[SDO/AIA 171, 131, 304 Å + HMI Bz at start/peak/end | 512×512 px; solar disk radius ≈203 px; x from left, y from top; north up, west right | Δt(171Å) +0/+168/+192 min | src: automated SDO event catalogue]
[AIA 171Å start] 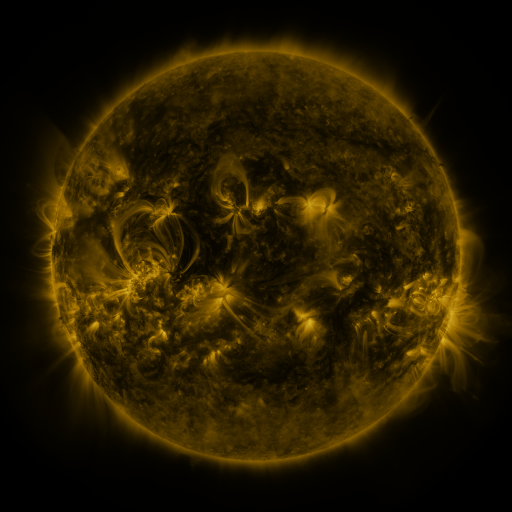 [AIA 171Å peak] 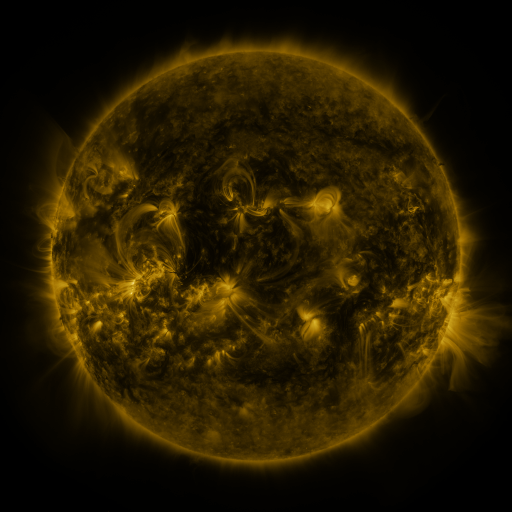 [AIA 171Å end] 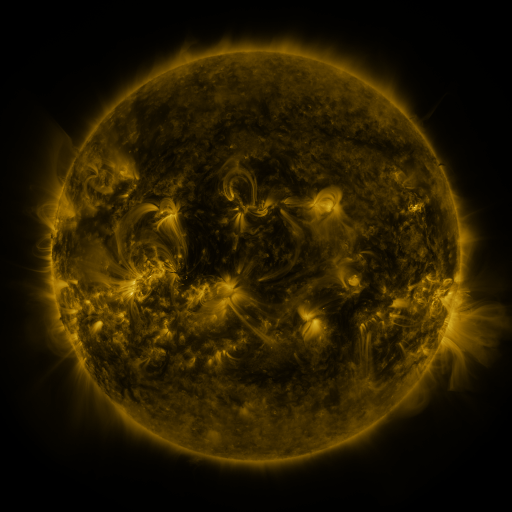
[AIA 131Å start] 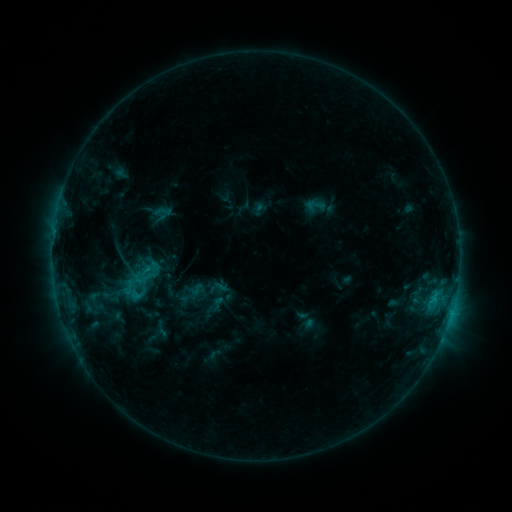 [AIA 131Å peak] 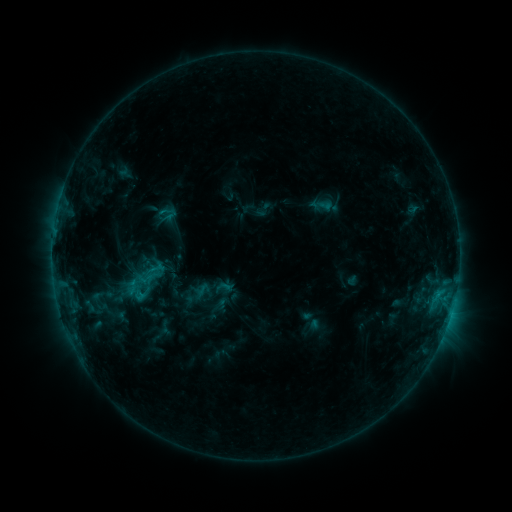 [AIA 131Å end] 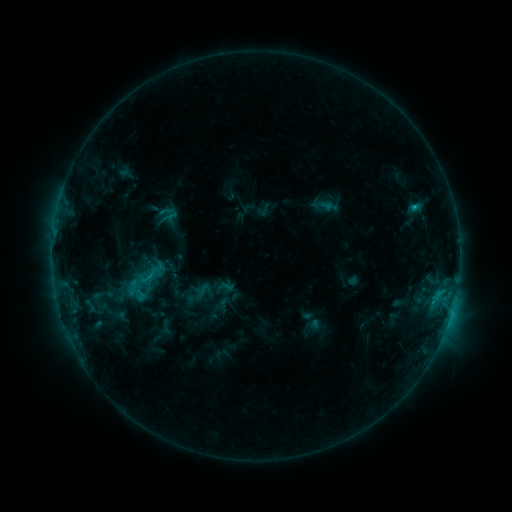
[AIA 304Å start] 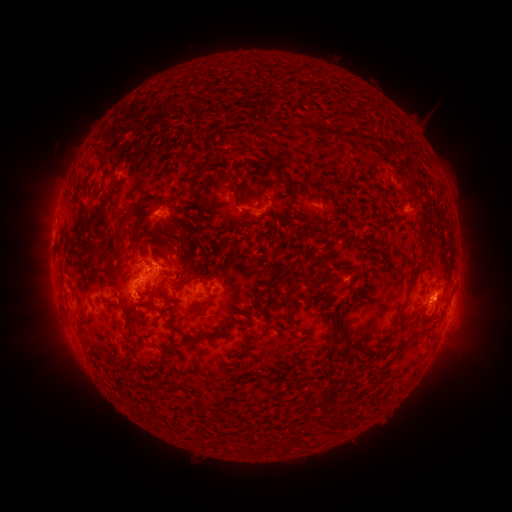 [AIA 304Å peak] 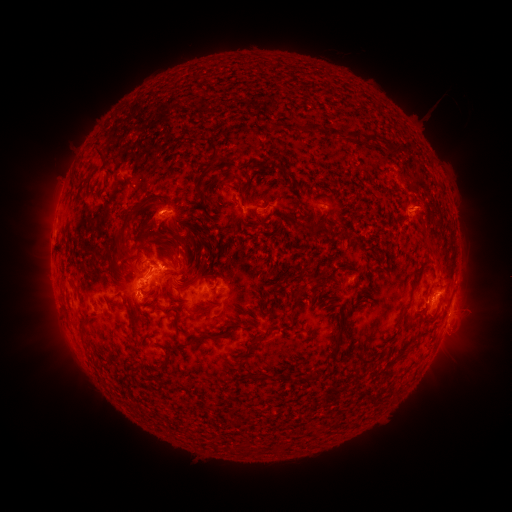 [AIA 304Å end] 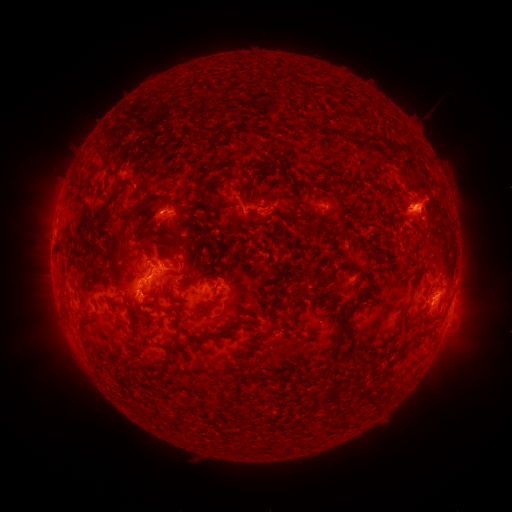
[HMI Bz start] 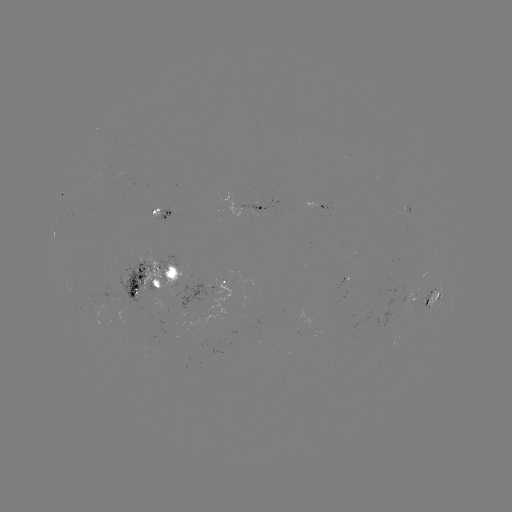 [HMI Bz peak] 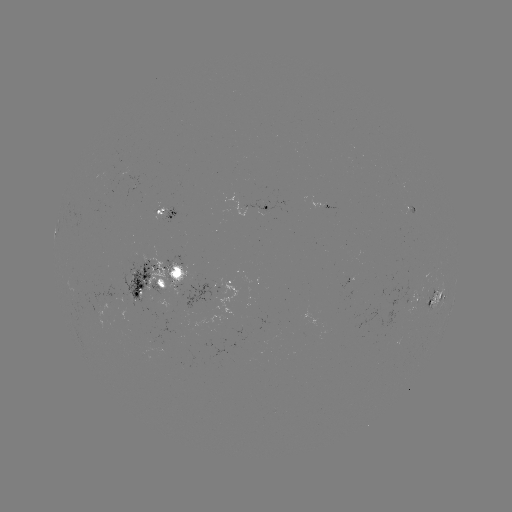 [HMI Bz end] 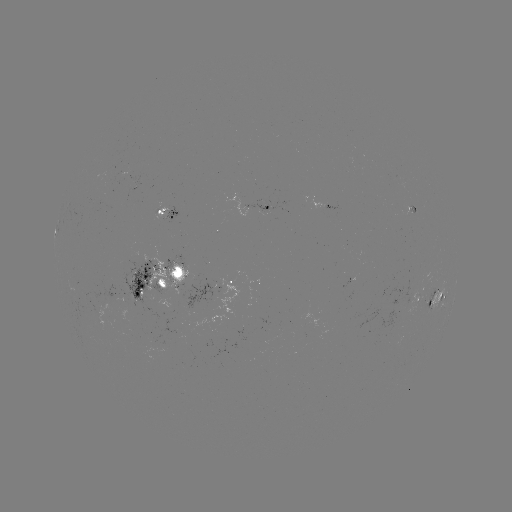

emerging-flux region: [138, 255, 189, 296]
